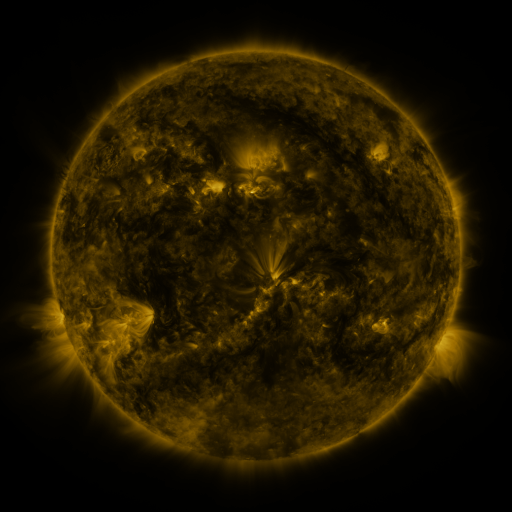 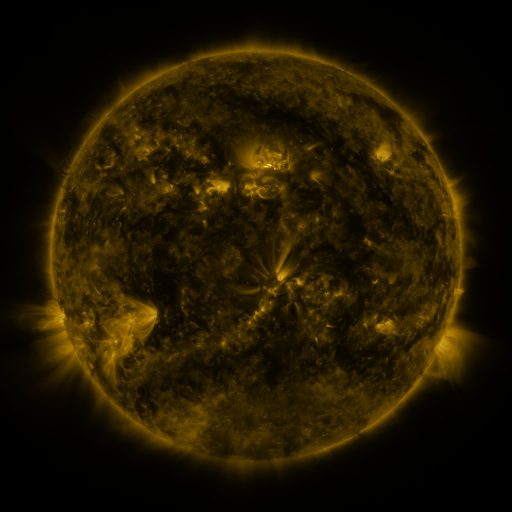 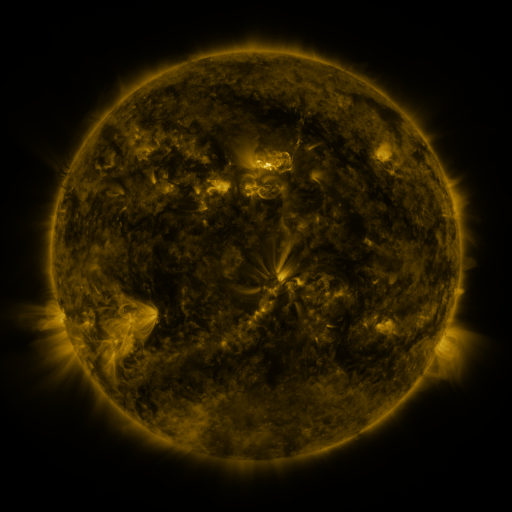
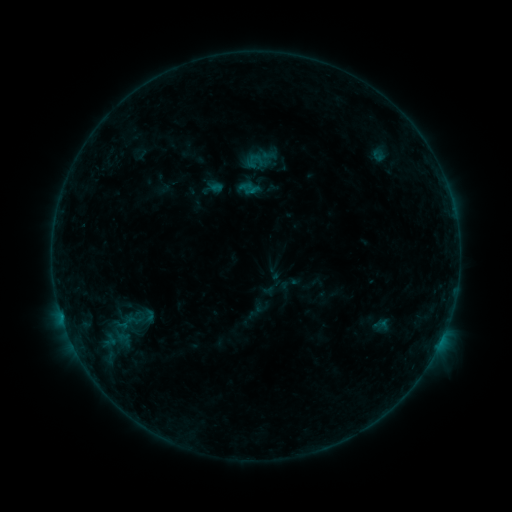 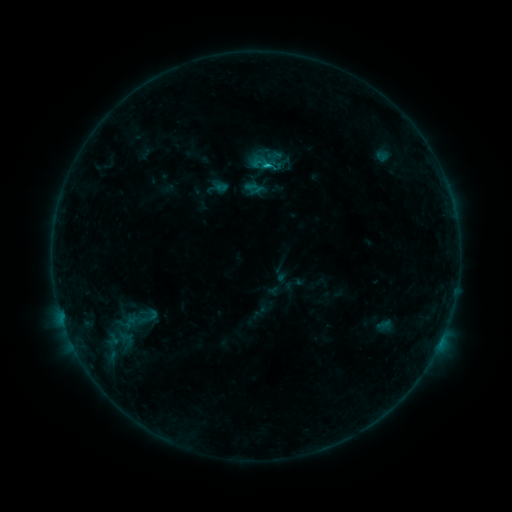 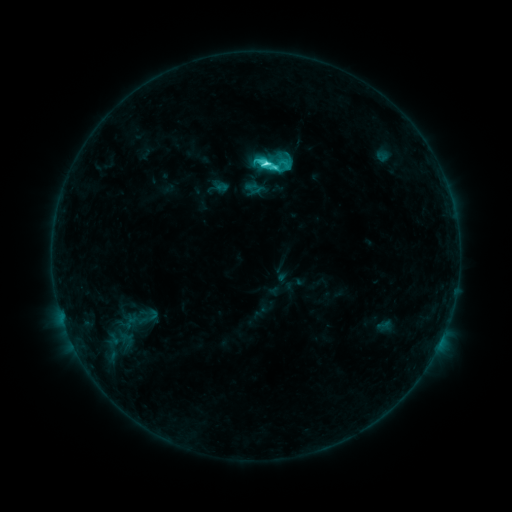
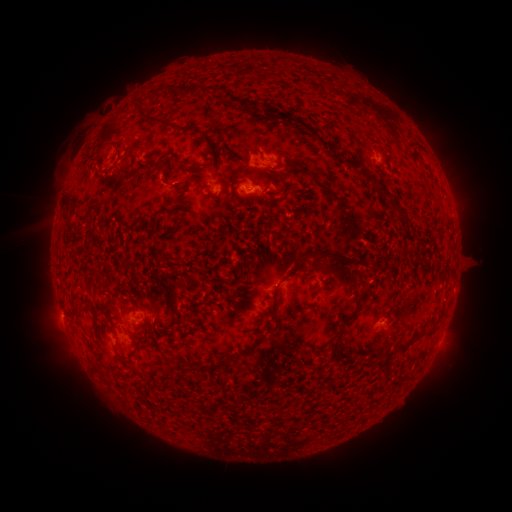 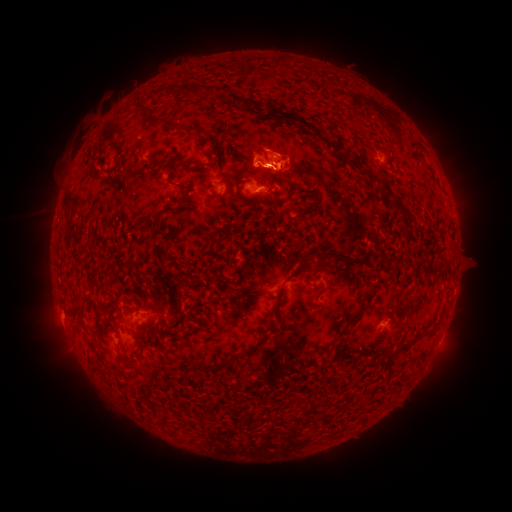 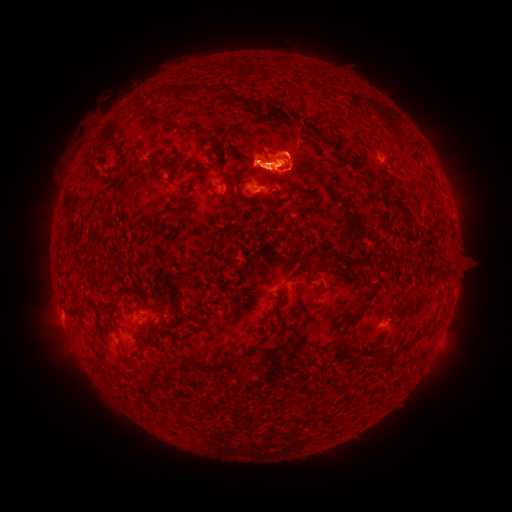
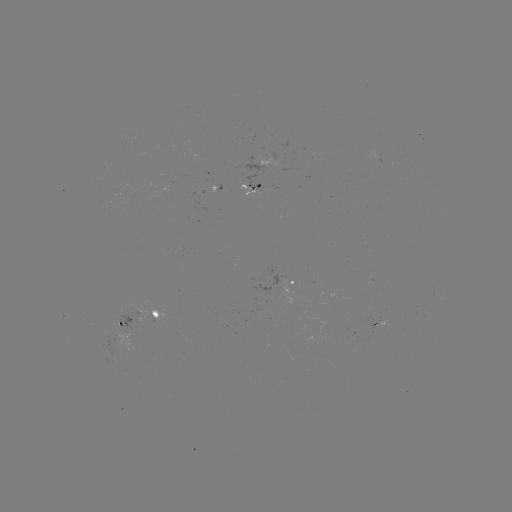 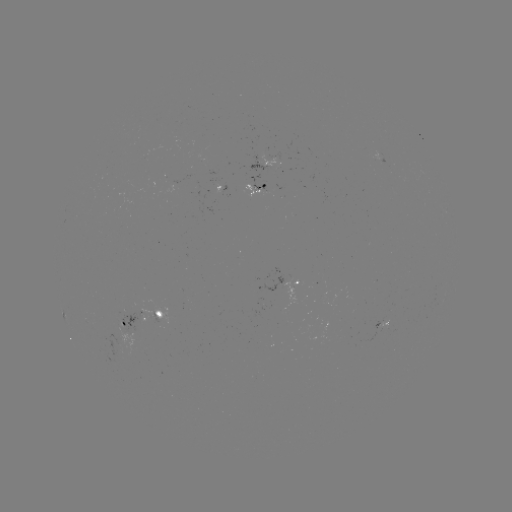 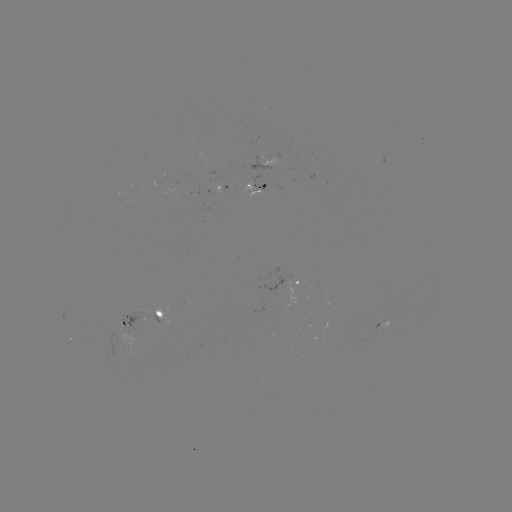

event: emerging-flux region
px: (260, 189)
